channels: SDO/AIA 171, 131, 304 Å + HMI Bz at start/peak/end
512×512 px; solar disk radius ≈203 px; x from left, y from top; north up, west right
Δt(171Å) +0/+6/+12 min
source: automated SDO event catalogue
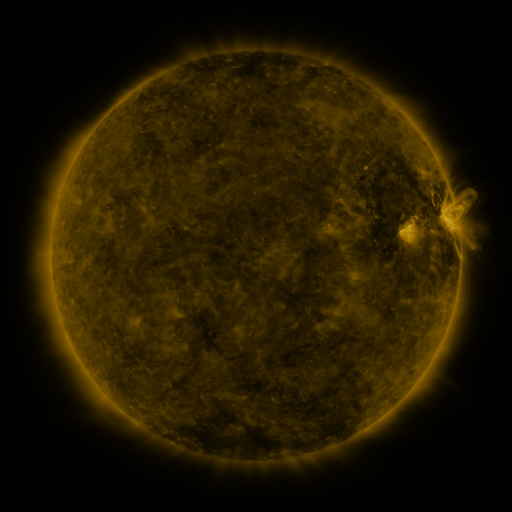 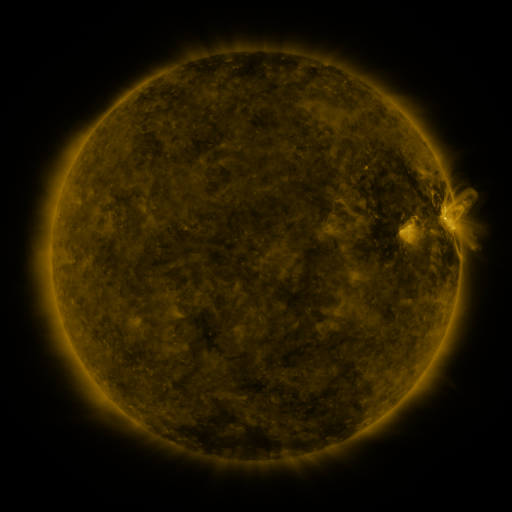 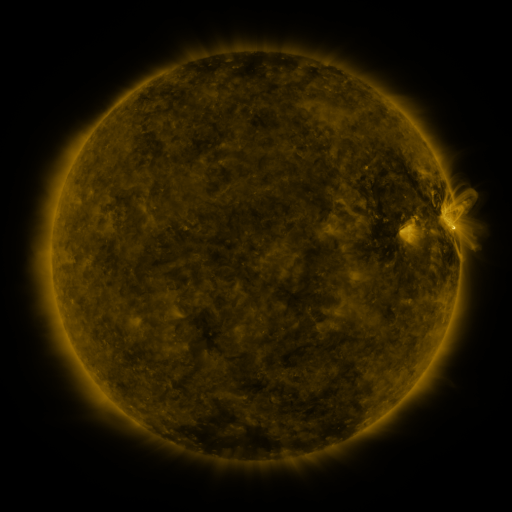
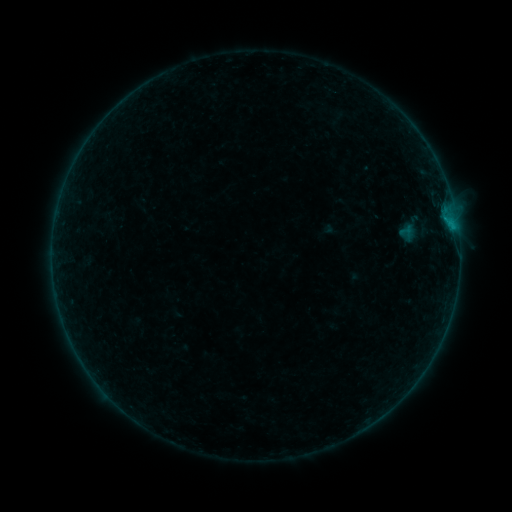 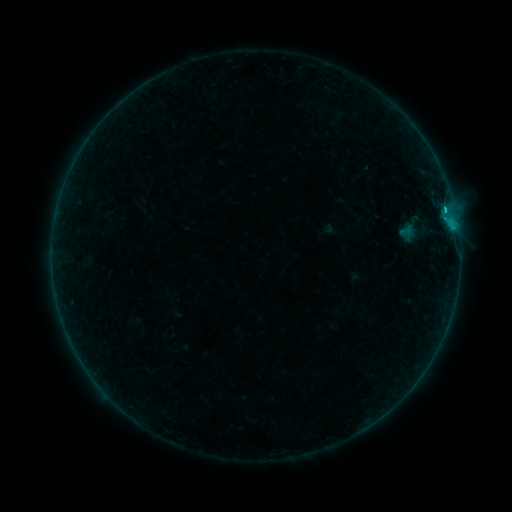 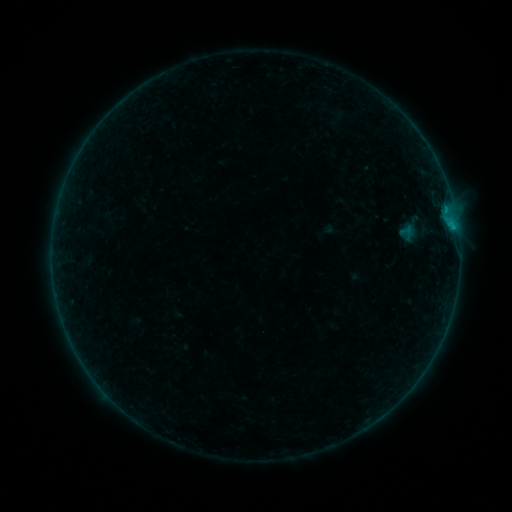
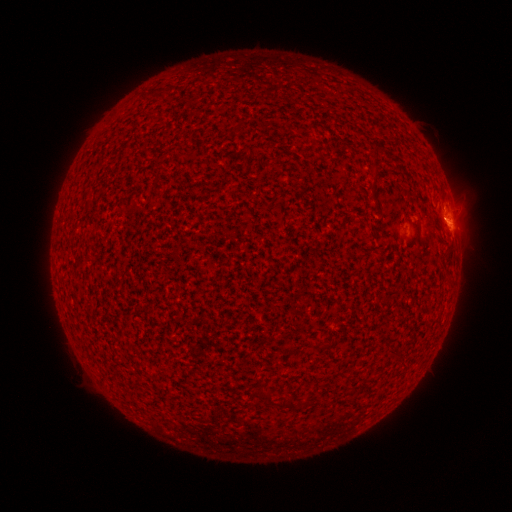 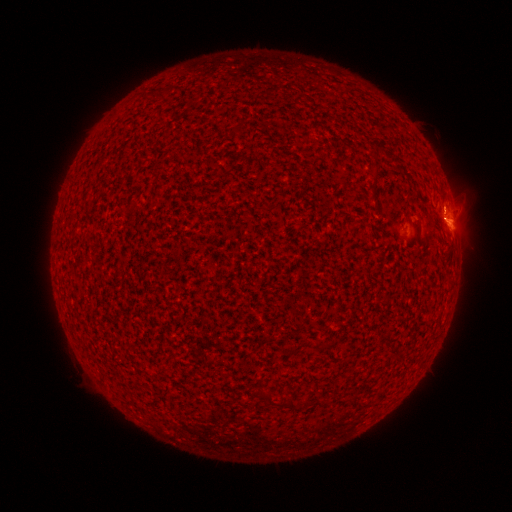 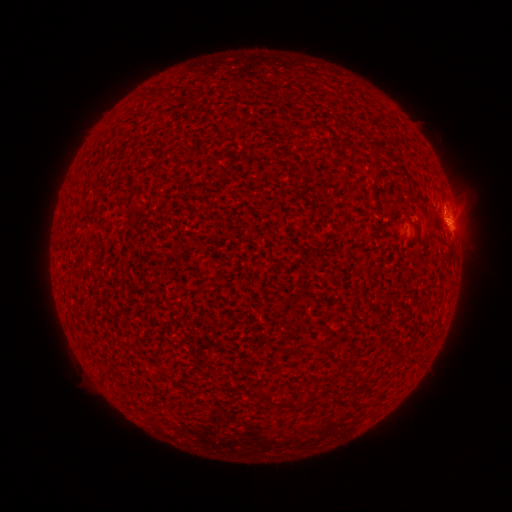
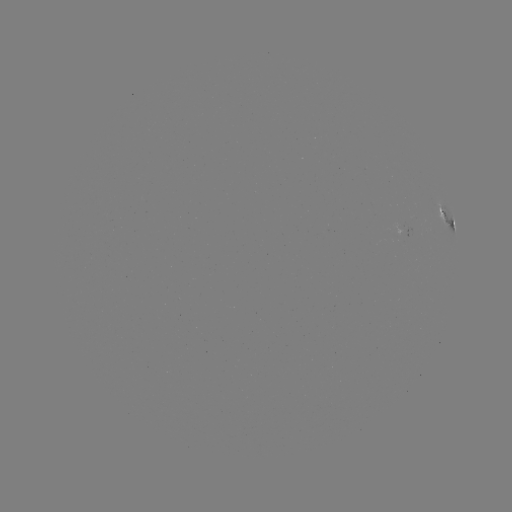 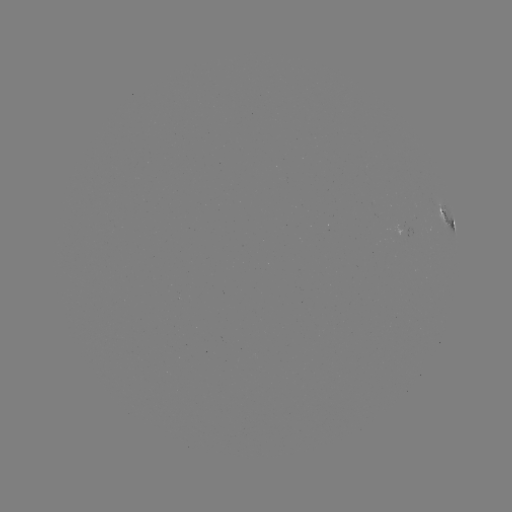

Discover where B5.7 flare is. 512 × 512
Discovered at (443, 209).